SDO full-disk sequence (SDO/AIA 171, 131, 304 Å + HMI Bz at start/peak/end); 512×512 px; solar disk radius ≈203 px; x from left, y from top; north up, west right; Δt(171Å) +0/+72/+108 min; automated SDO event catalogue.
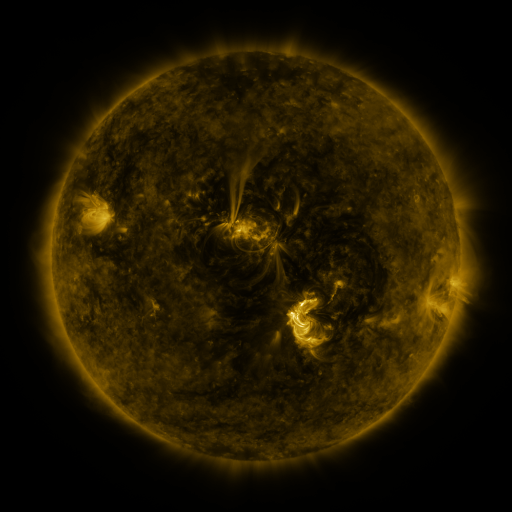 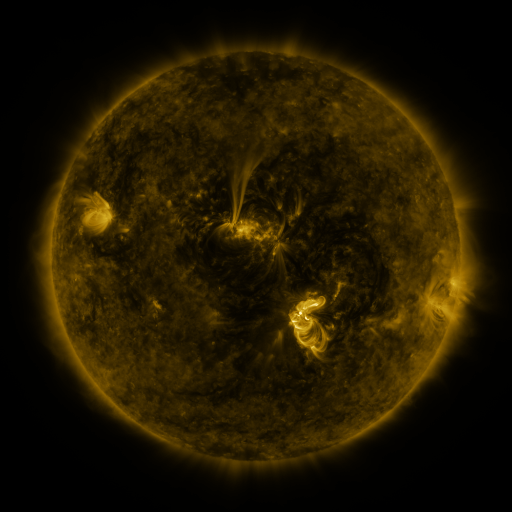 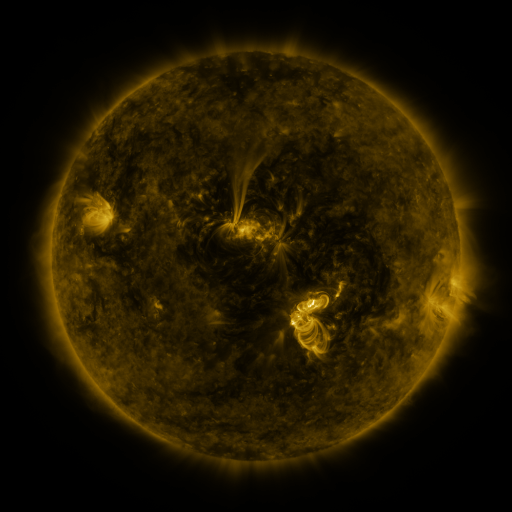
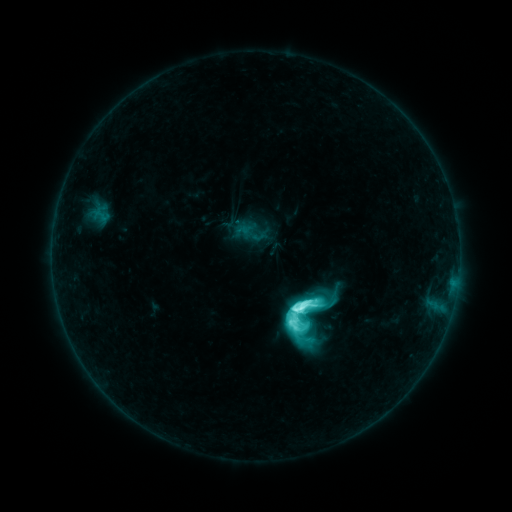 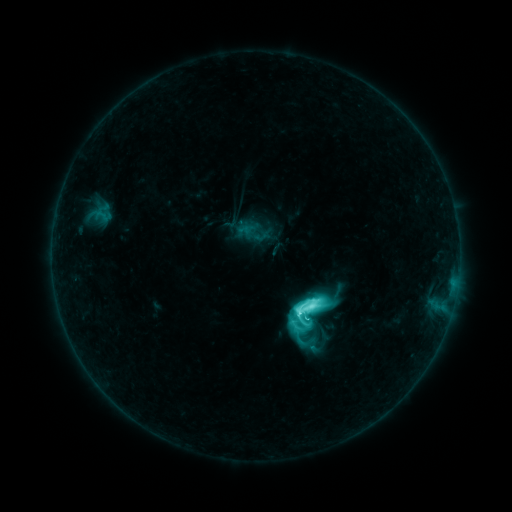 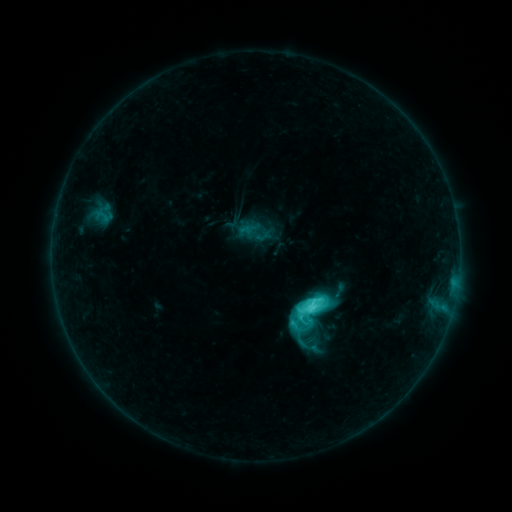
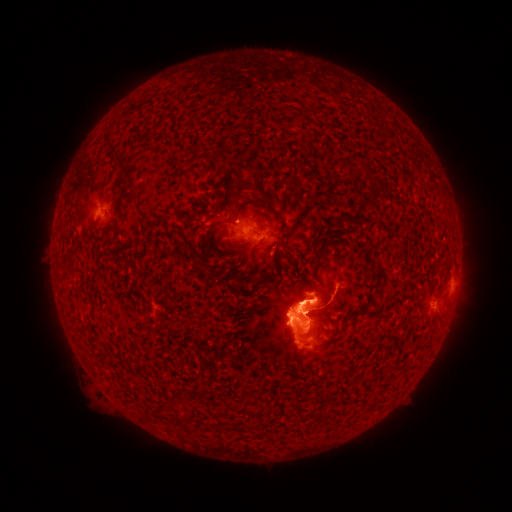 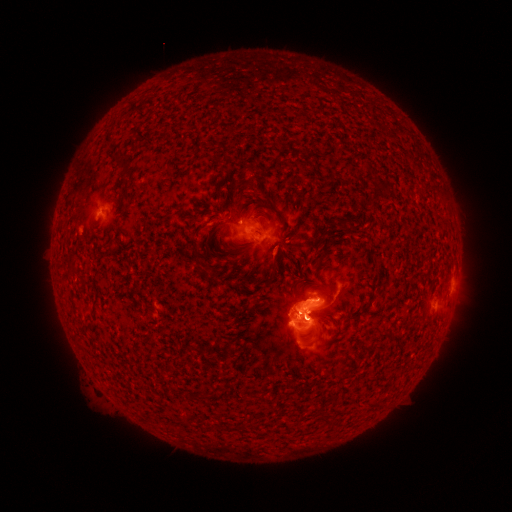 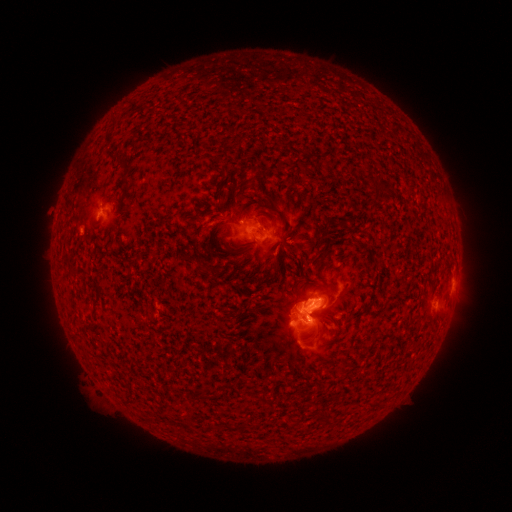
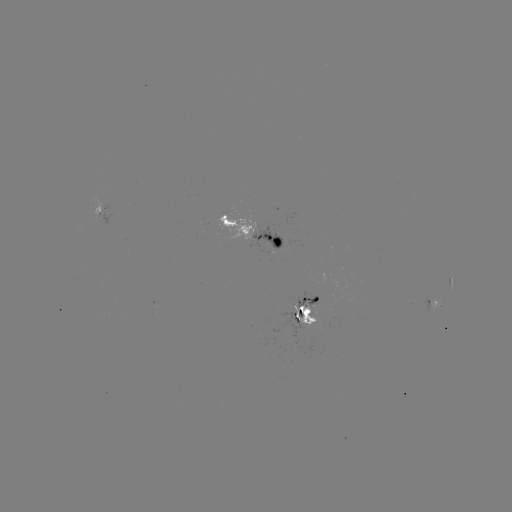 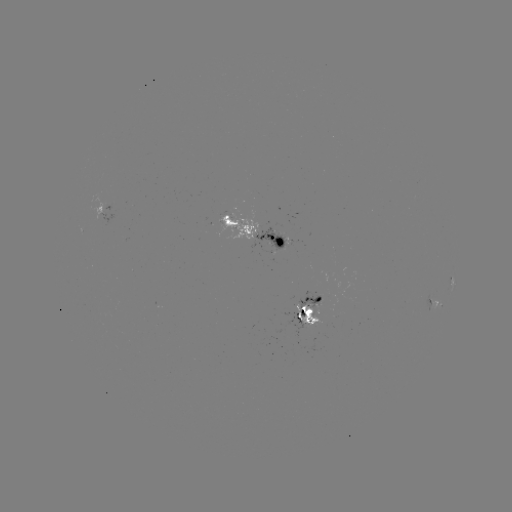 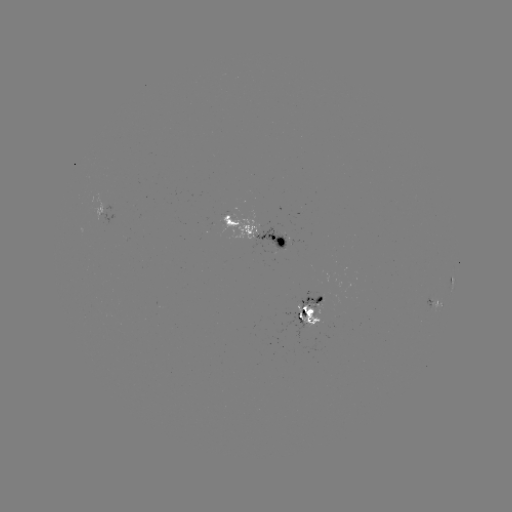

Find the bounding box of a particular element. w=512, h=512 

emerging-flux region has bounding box [299, 292, 337, 305].